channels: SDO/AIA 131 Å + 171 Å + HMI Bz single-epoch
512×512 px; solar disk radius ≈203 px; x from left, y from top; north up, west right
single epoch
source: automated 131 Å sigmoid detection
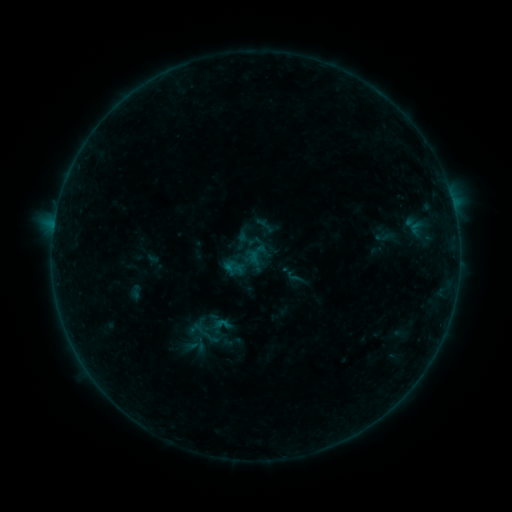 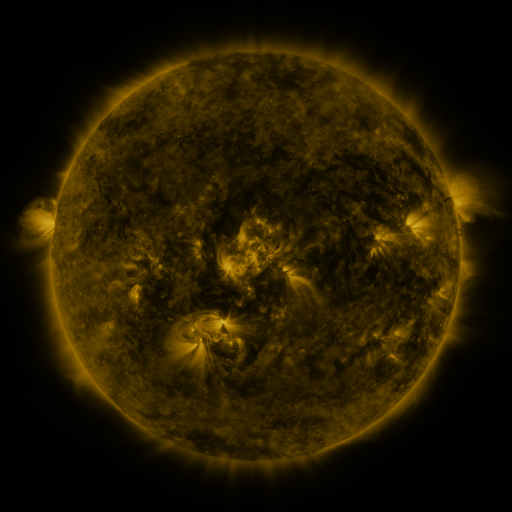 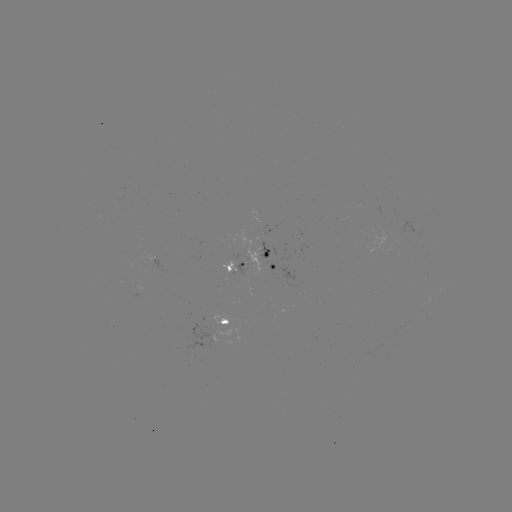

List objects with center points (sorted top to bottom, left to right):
sigmoid: [212, 315, 232, 334]
sigmoid: [201, 331, 222, 351]
sigmoid: [188, 337, 211, 357]
